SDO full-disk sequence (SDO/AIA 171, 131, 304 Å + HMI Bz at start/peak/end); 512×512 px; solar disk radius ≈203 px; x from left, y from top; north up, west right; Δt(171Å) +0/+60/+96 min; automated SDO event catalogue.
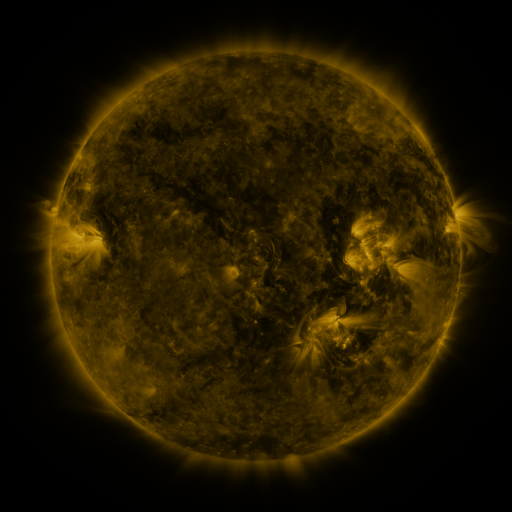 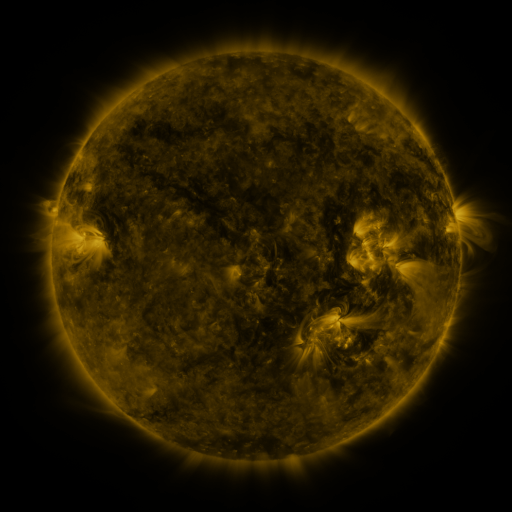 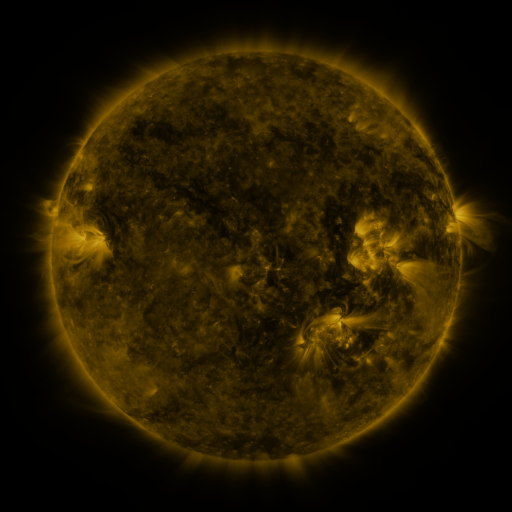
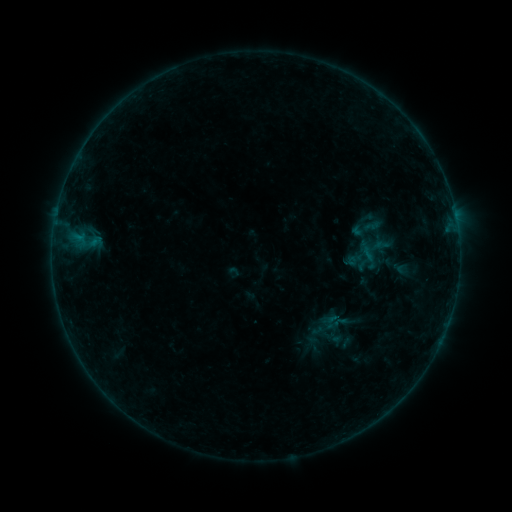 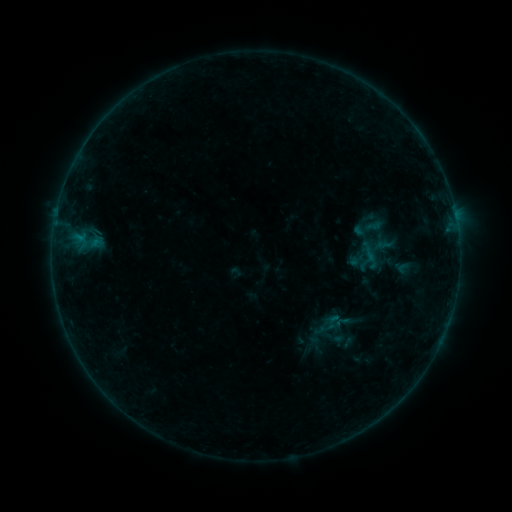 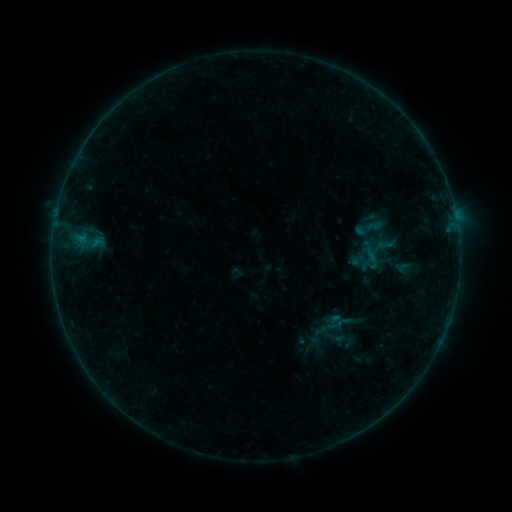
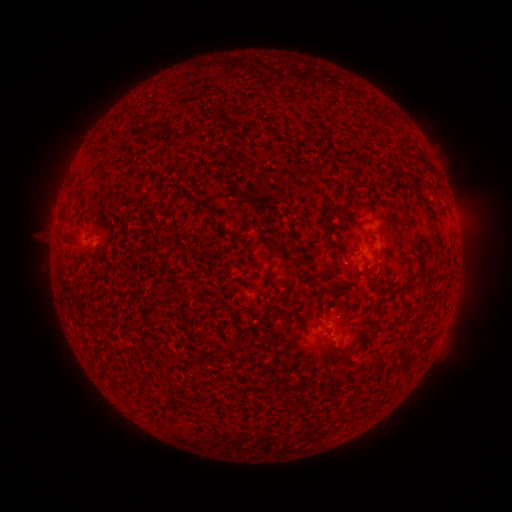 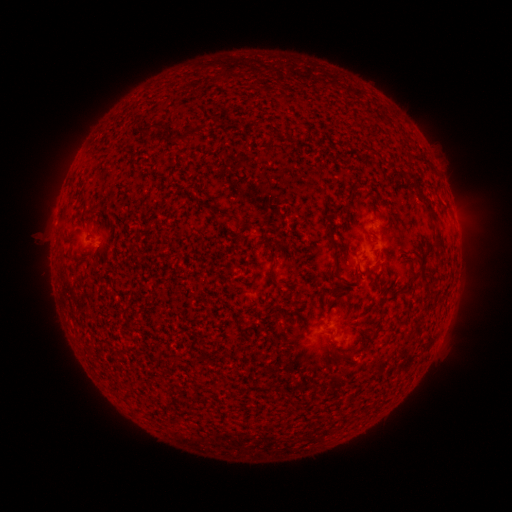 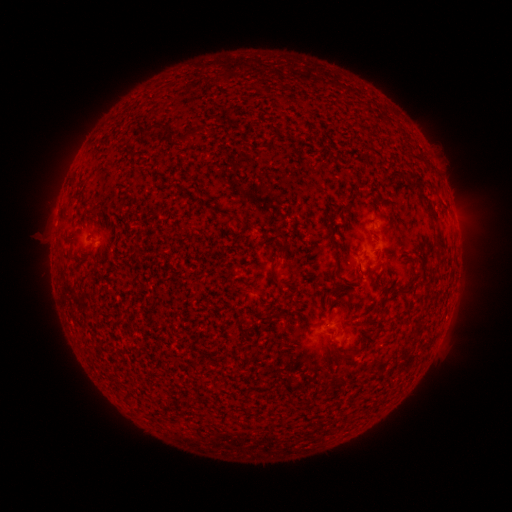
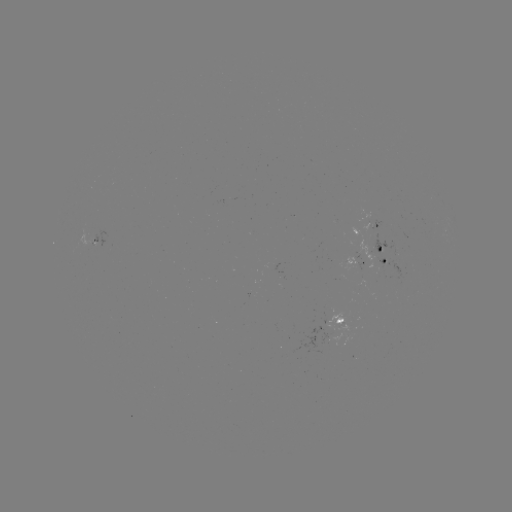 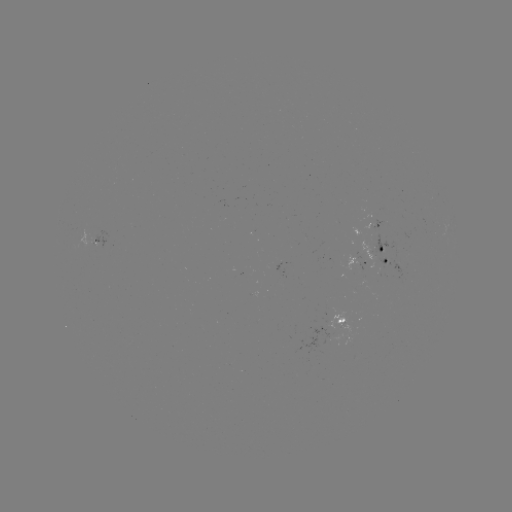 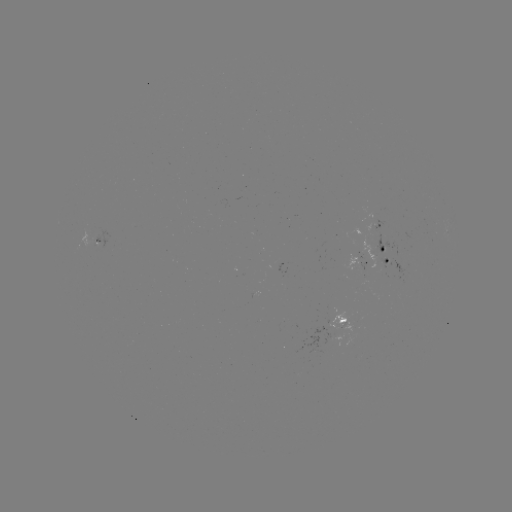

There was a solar emerging-flux region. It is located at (329, 326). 